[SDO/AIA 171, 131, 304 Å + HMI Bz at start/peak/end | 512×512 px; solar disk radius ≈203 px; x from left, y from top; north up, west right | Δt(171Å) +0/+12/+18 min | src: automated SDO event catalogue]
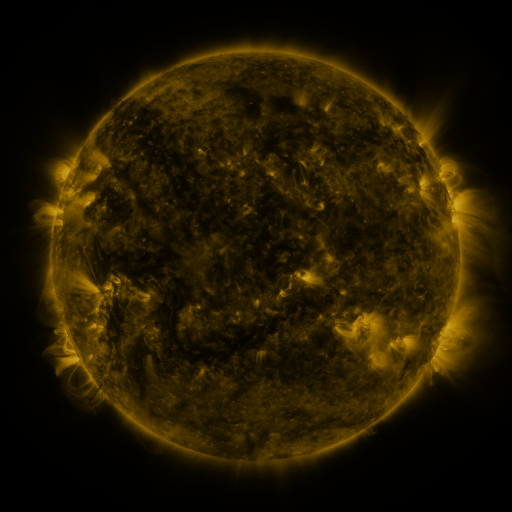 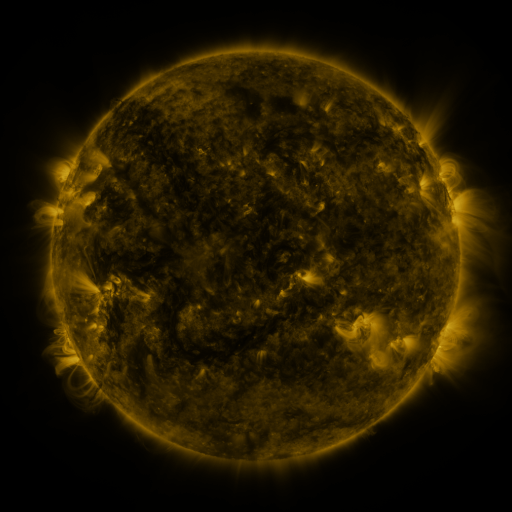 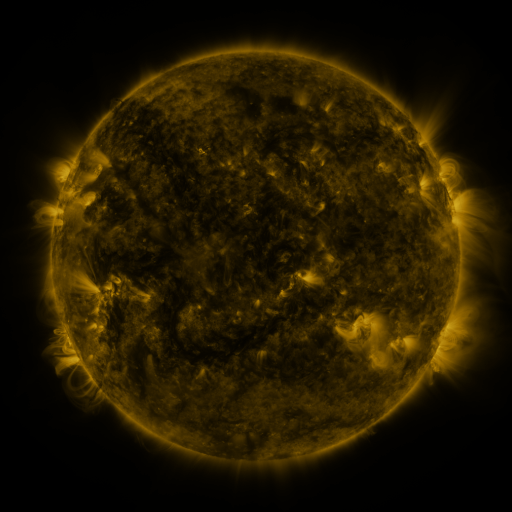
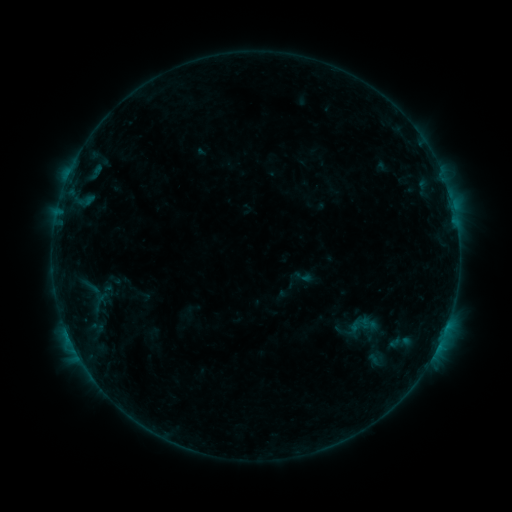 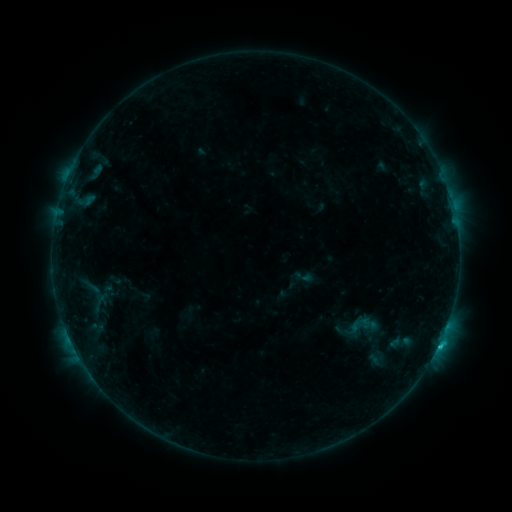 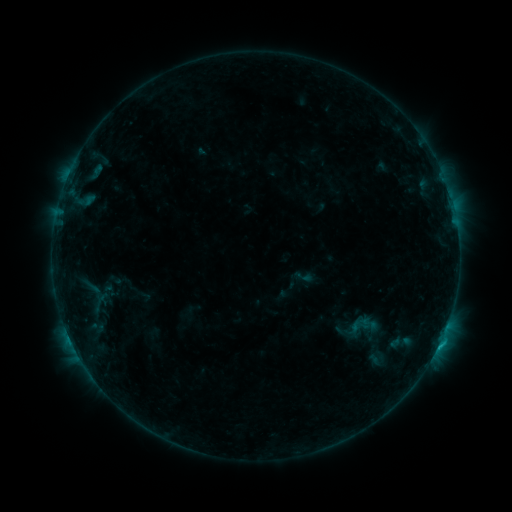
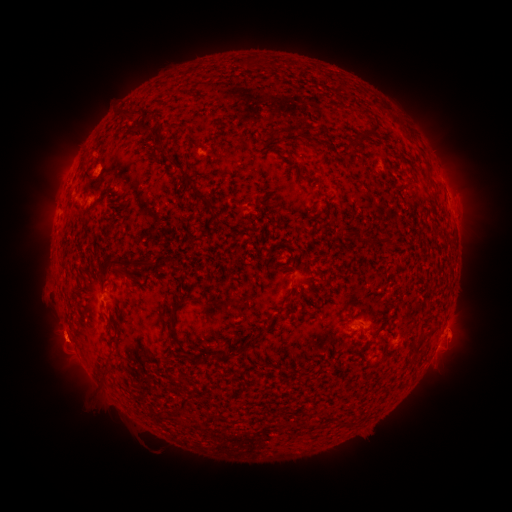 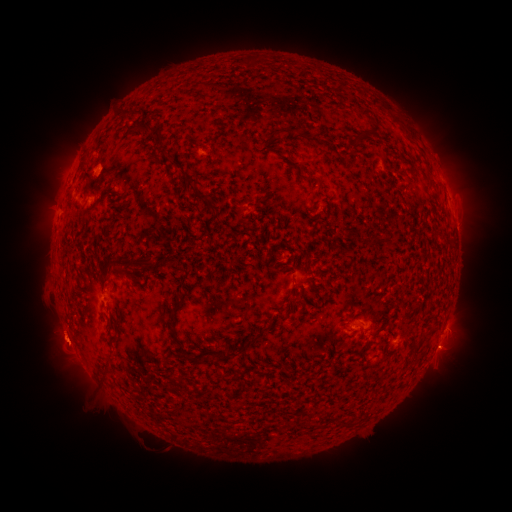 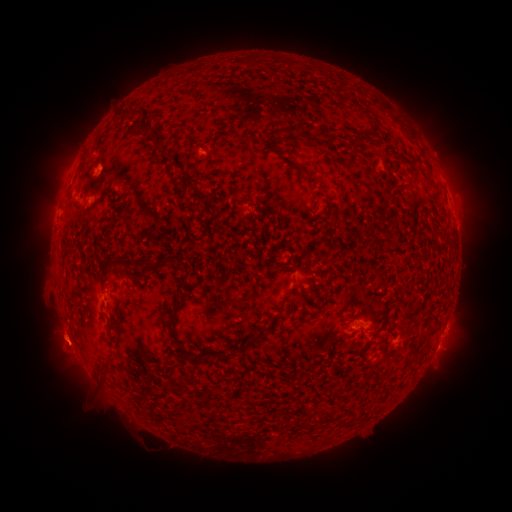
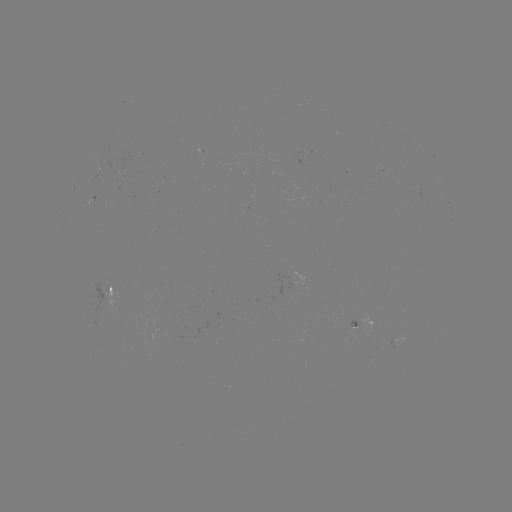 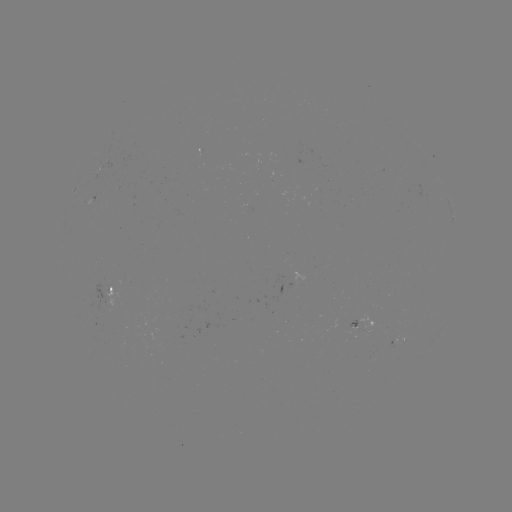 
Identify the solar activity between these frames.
C1.1 flare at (438, 342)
